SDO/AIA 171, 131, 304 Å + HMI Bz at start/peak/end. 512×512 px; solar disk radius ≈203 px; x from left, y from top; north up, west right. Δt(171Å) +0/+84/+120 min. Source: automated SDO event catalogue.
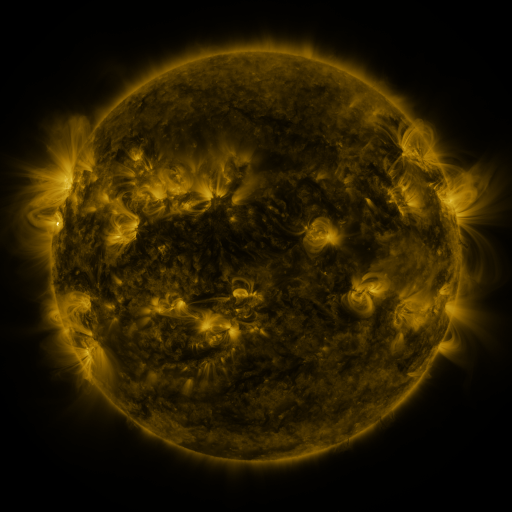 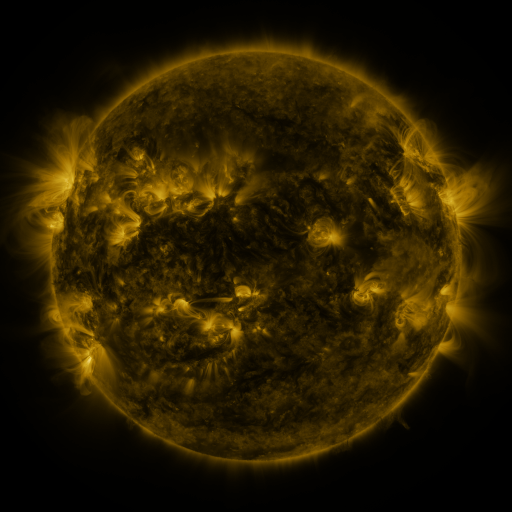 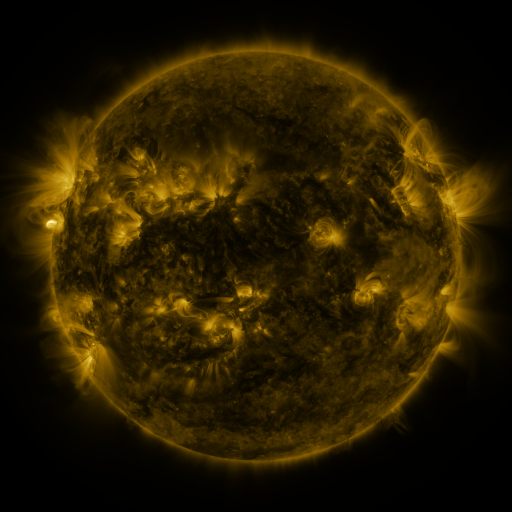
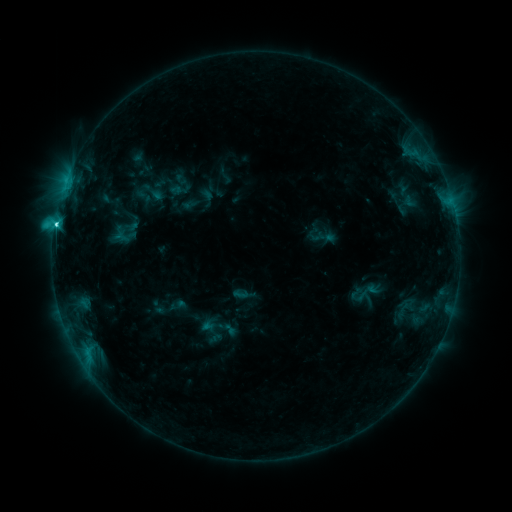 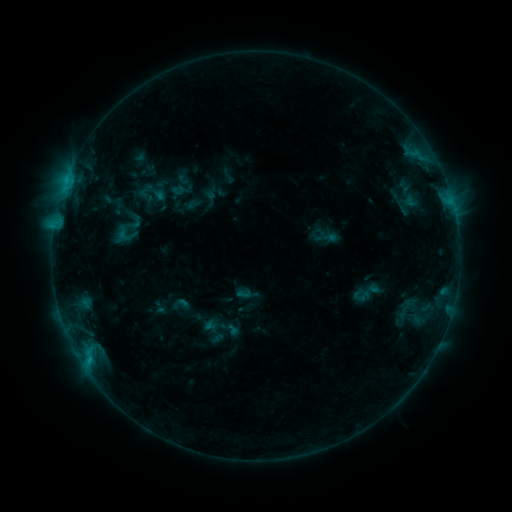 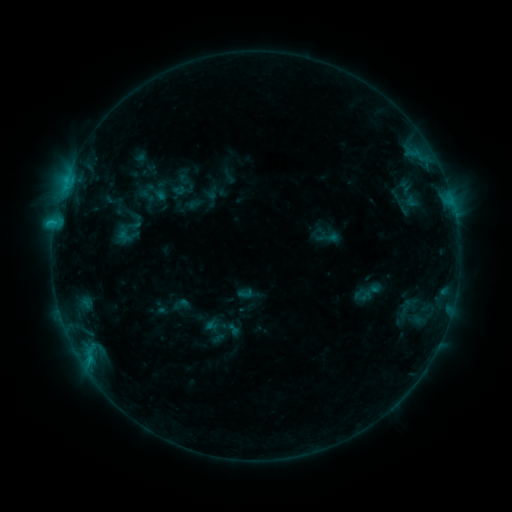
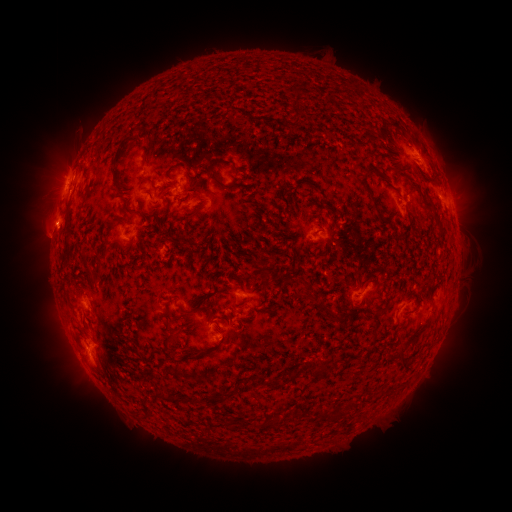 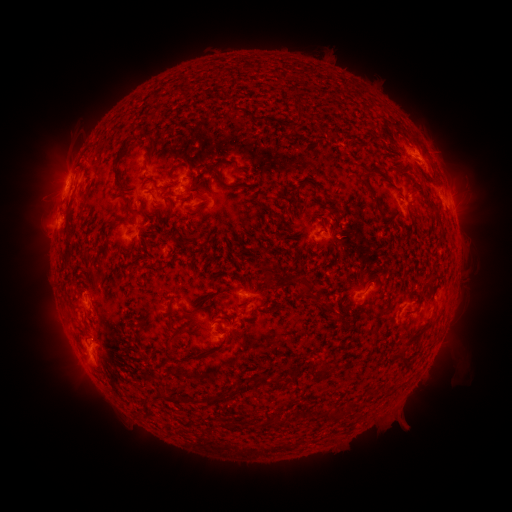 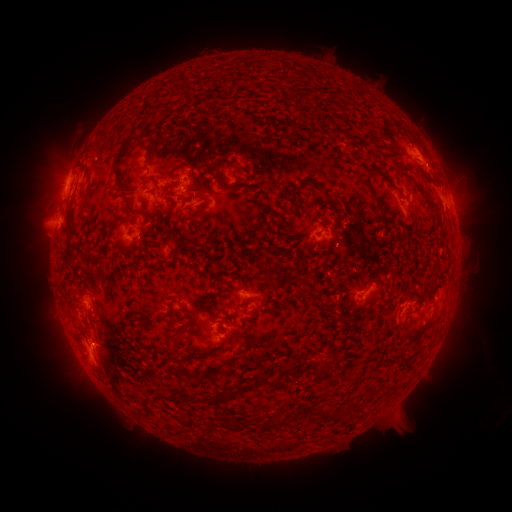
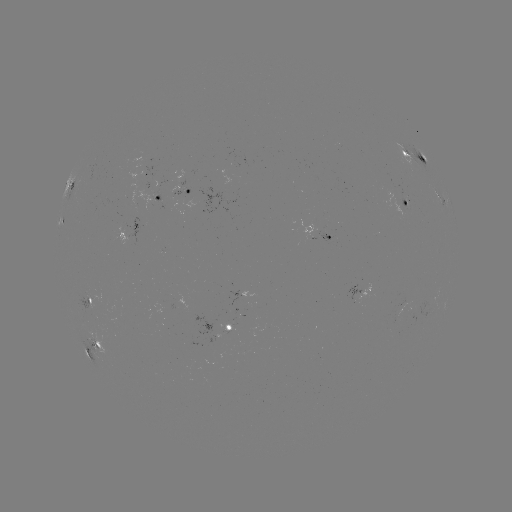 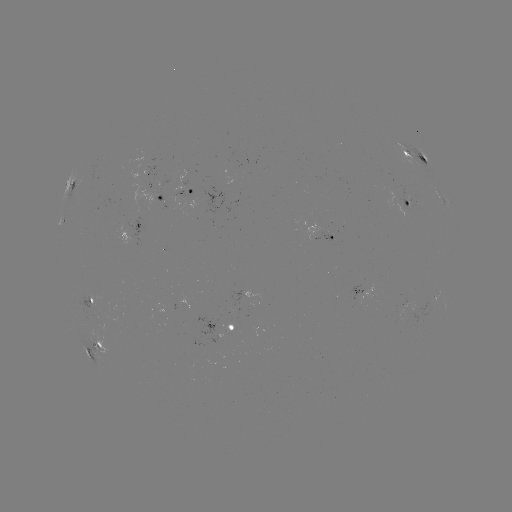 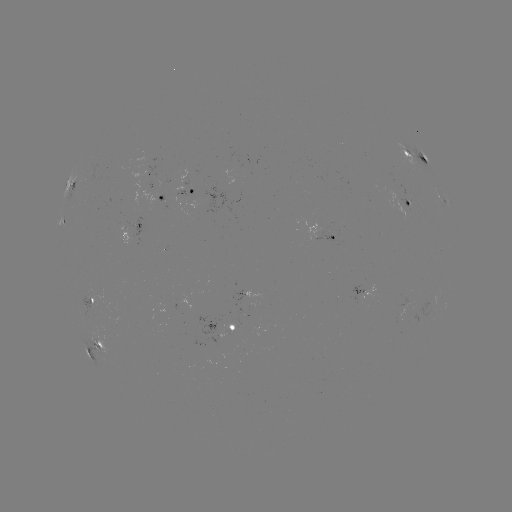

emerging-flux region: <bbox>225, 325, 234, 336</bbox>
